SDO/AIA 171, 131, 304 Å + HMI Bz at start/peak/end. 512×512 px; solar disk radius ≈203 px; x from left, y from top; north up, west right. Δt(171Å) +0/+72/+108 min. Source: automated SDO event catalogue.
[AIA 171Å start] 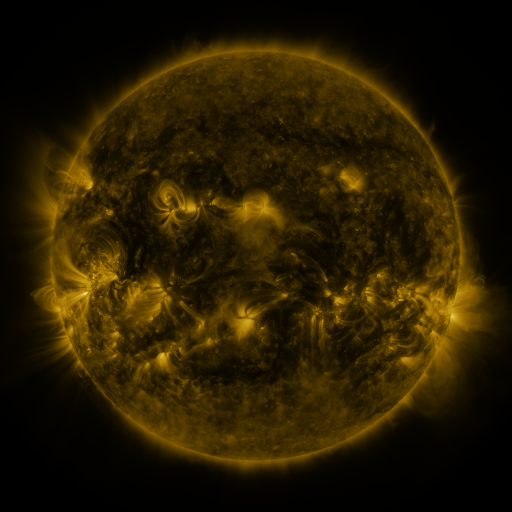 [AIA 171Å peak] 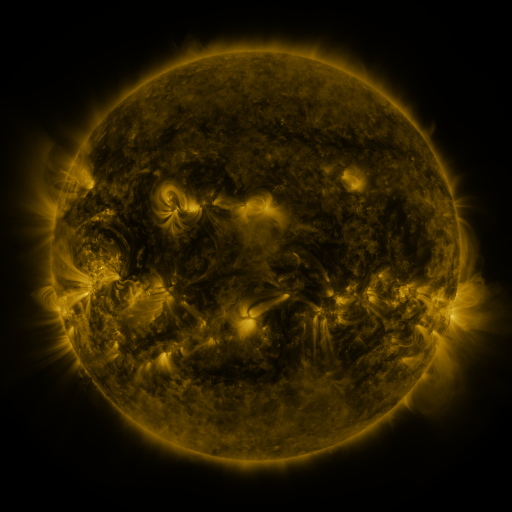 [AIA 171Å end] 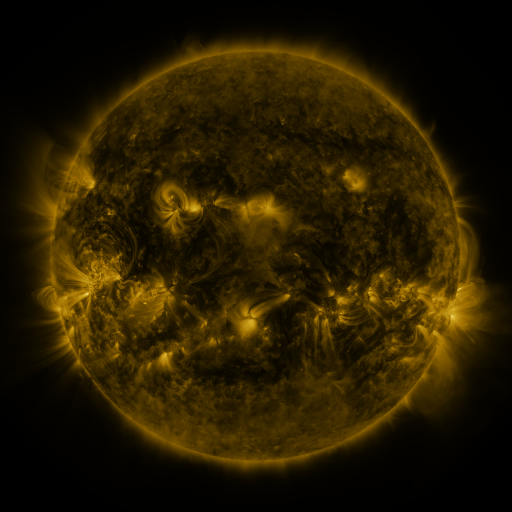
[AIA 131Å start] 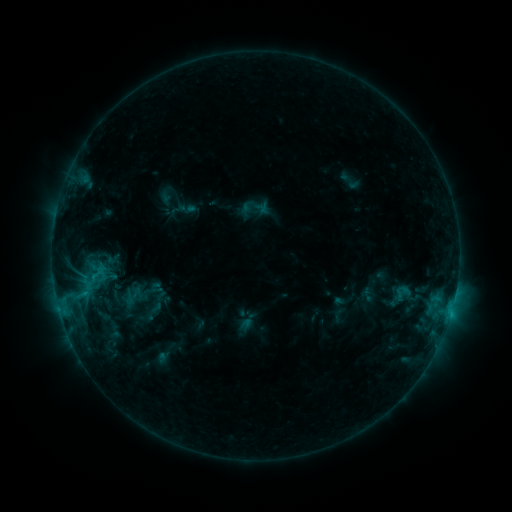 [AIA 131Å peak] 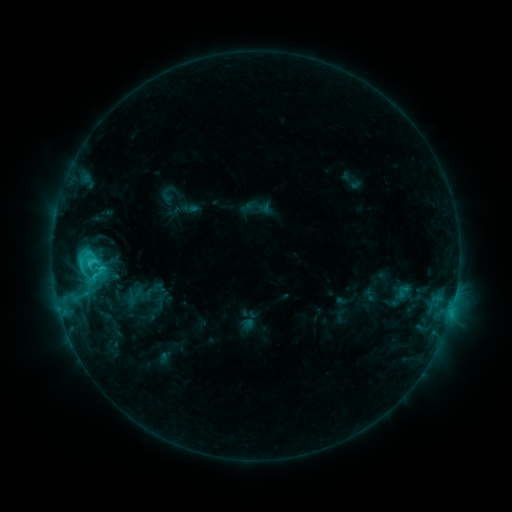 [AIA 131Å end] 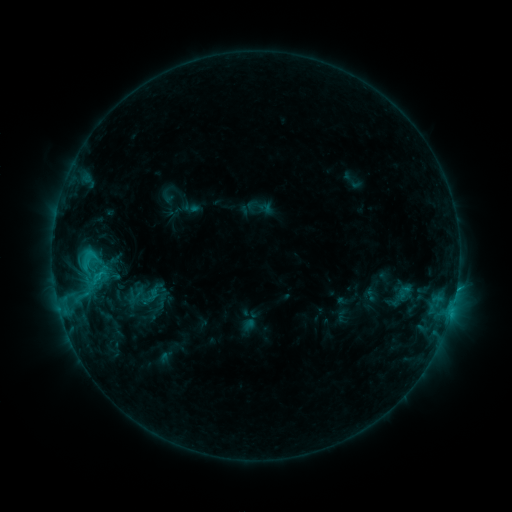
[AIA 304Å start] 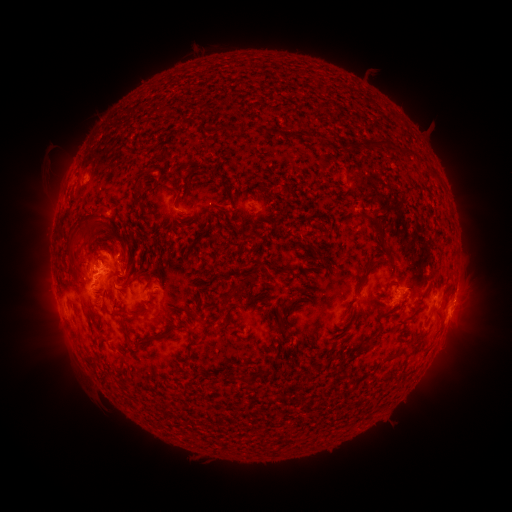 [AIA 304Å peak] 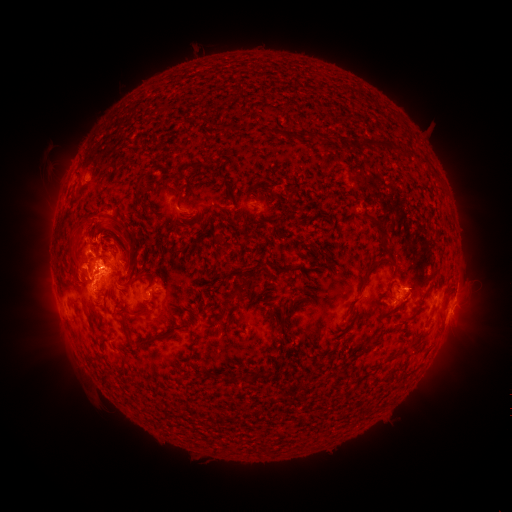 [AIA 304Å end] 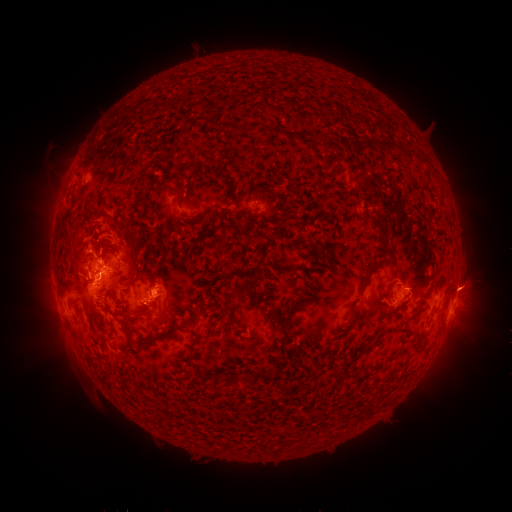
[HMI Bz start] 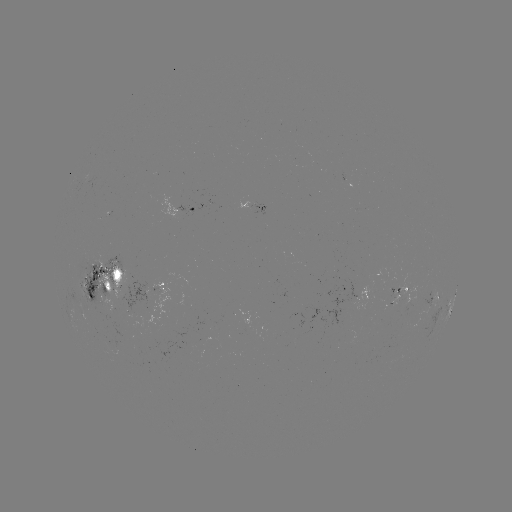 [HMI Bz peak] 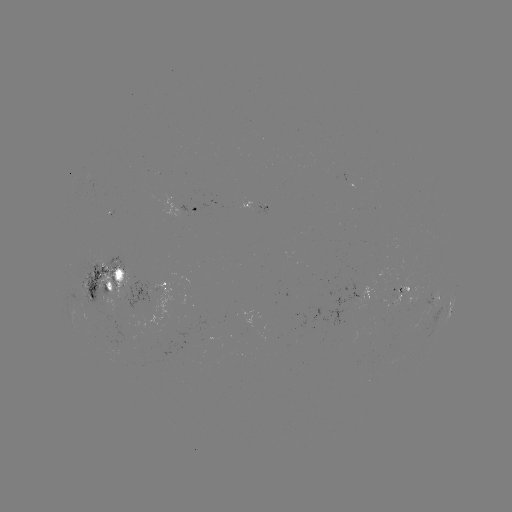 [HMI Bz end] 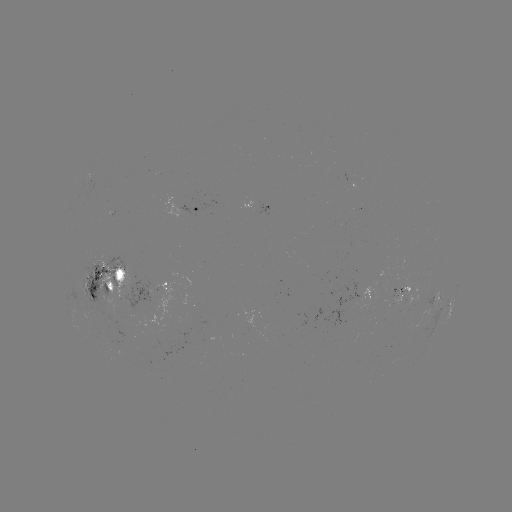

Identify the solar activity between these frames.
emerging-flux region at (144, 298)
